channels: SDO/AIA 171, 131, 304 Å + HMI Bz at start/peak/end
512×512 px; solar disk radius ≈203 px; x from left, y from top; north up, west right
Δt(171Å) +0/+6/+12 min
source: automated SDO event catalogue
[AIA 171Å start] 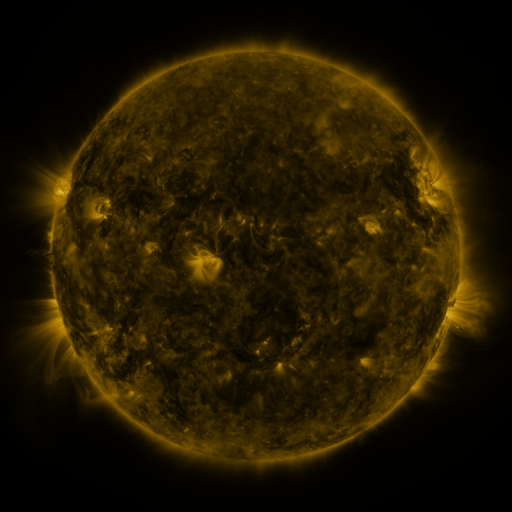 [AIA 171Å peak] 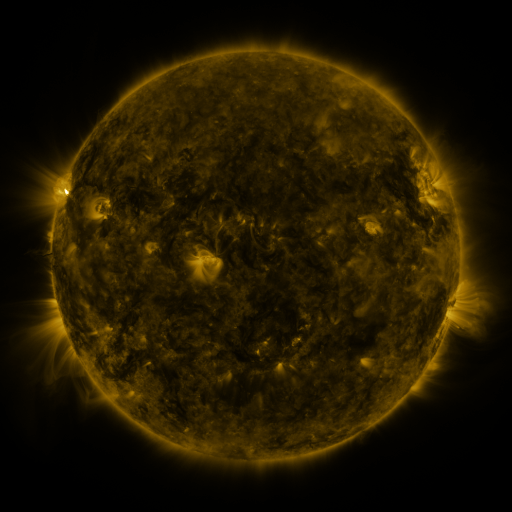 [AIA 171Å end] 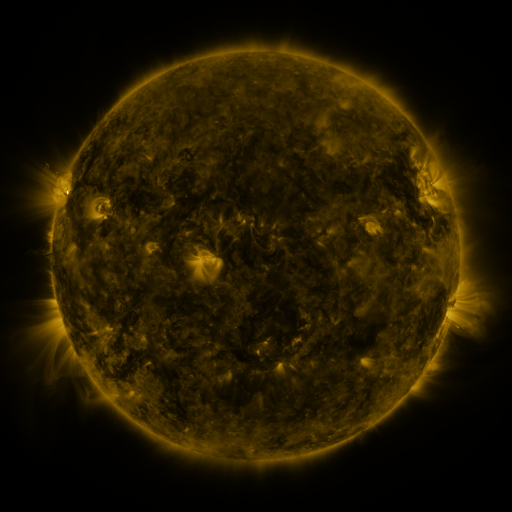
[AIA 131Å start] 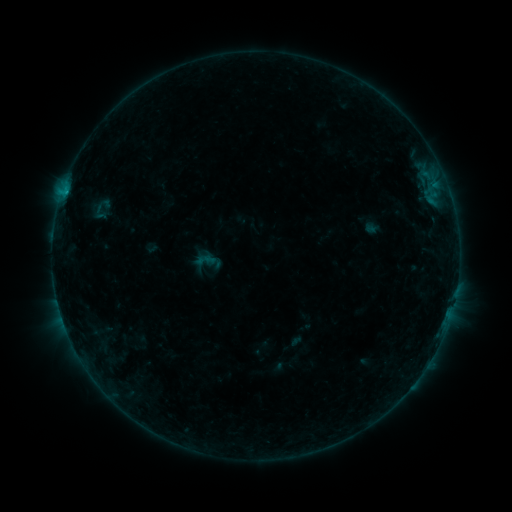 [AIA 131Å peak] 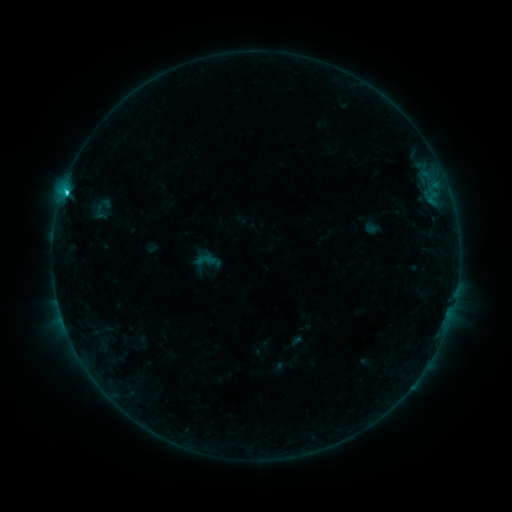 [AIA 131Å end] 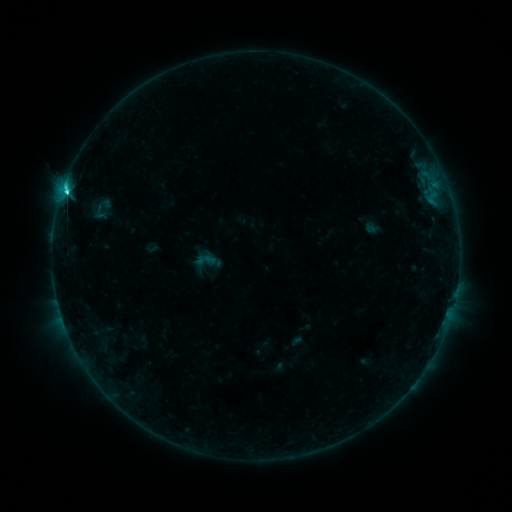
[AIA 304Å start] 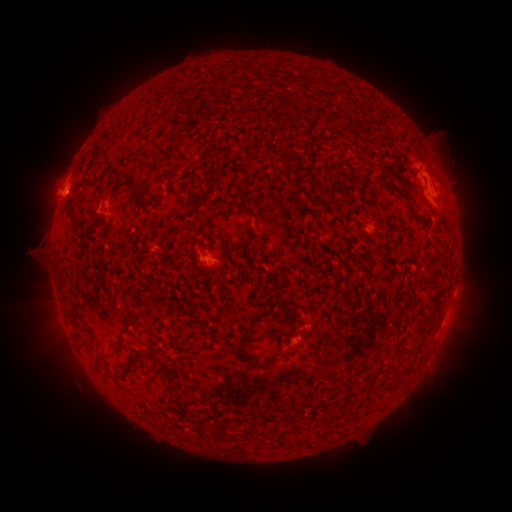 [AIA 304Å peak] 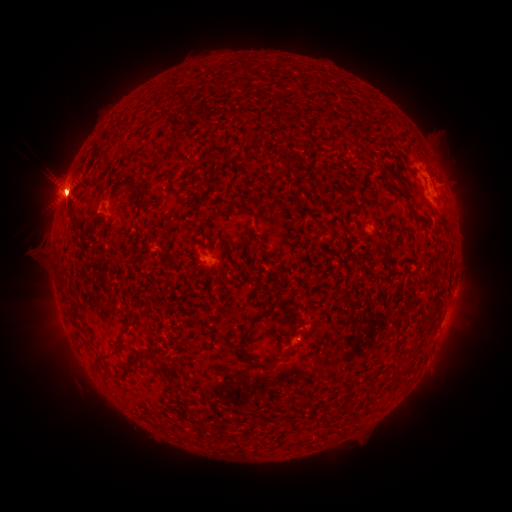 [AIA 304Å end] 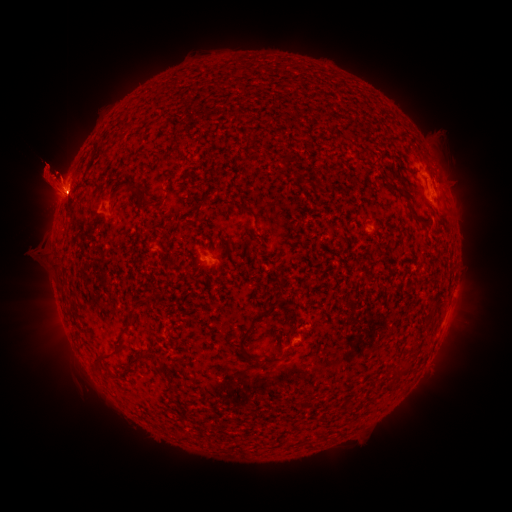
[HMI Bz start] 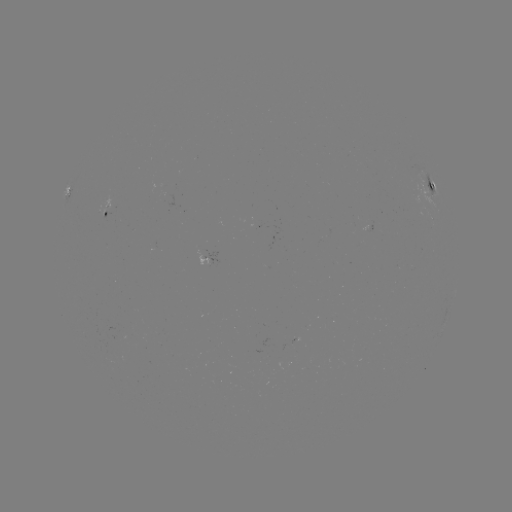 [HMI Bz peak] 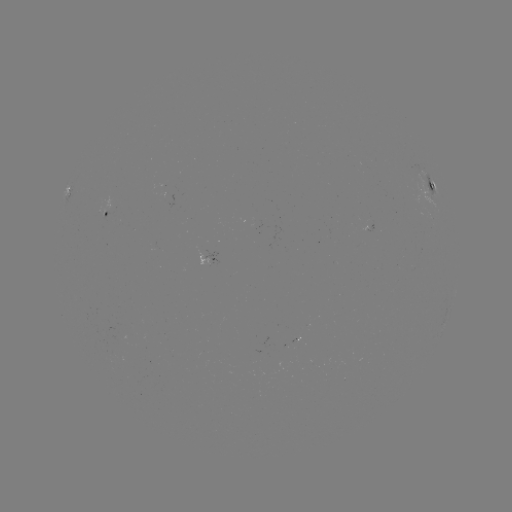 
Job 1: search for M2.0 flare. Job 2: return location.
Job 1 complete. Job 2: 68,195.